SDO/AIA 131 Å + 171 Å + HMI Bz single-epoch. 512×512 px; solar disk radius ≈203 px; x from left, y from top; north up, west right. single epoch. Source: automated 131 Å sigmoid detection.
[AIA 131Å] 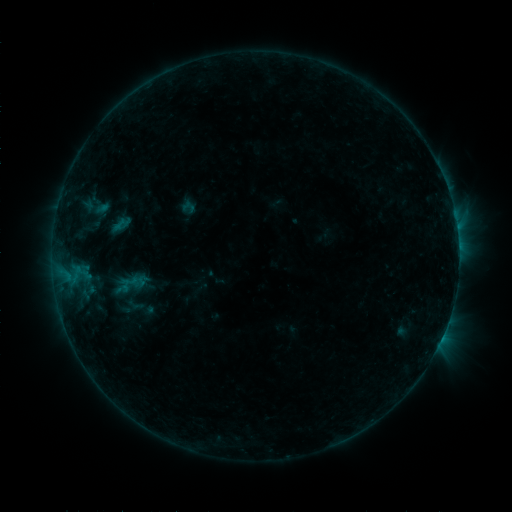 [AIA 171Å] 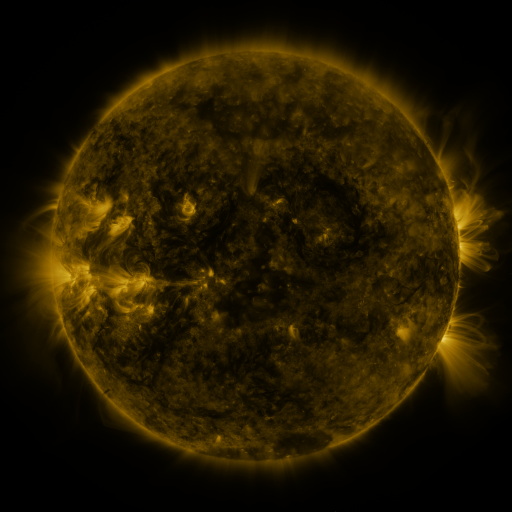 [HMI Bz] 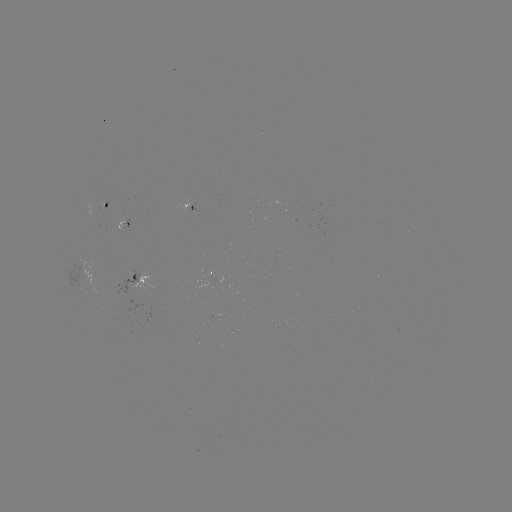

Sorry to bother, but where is sigmoid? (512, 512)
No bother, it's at [131, 282].